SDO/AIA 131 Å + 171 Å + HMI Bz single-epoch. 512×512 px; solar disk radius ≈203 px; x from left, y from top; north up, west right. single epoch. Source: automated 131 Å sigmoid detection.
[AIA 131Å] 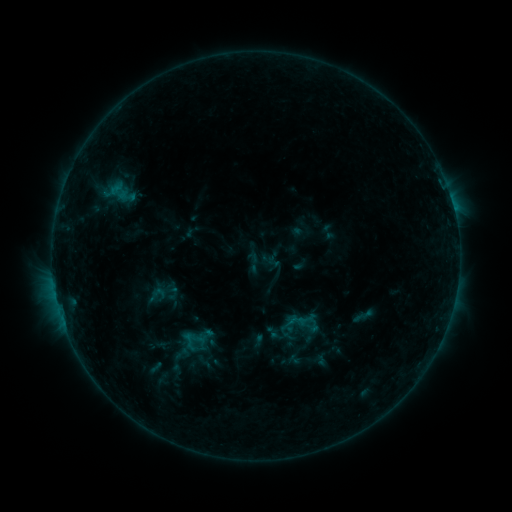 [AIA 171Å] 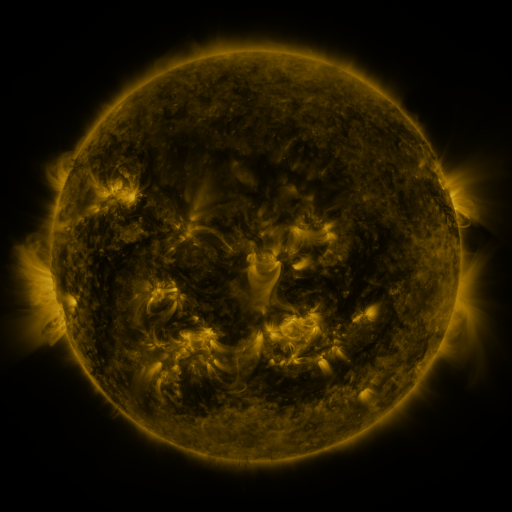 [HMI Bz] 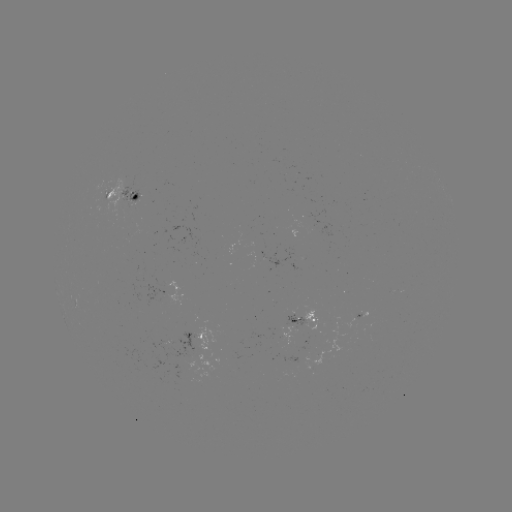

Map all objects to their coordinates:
sigmoid: (253, 262)
sigmoid: (157, 295)
